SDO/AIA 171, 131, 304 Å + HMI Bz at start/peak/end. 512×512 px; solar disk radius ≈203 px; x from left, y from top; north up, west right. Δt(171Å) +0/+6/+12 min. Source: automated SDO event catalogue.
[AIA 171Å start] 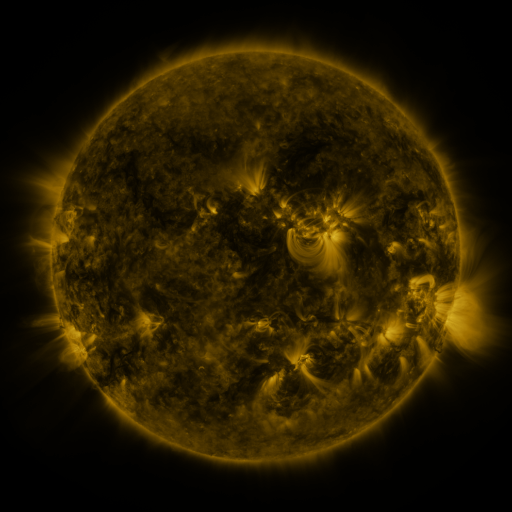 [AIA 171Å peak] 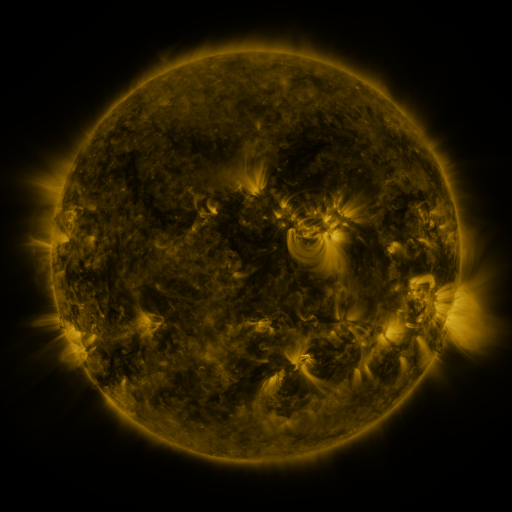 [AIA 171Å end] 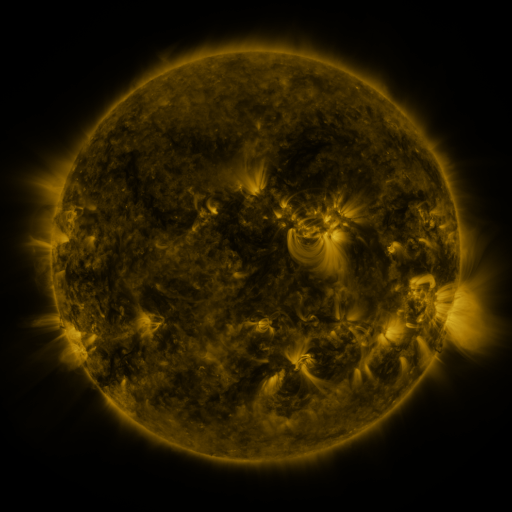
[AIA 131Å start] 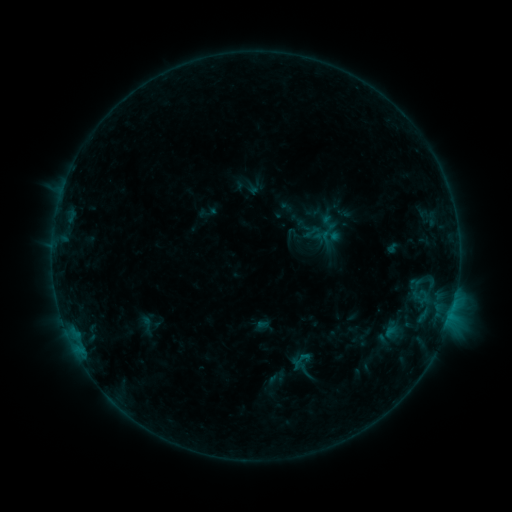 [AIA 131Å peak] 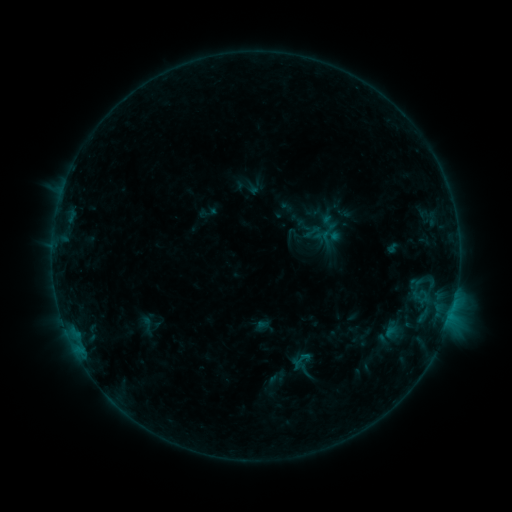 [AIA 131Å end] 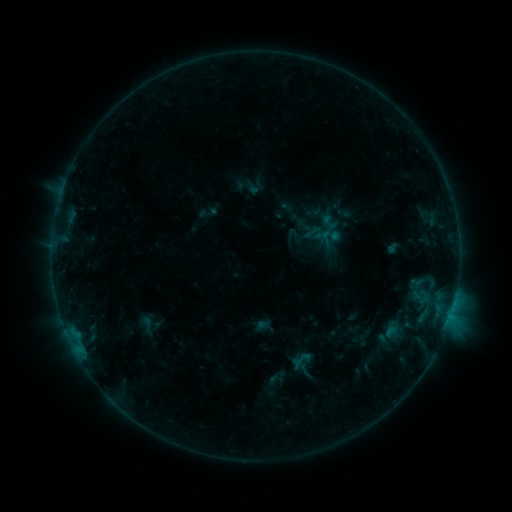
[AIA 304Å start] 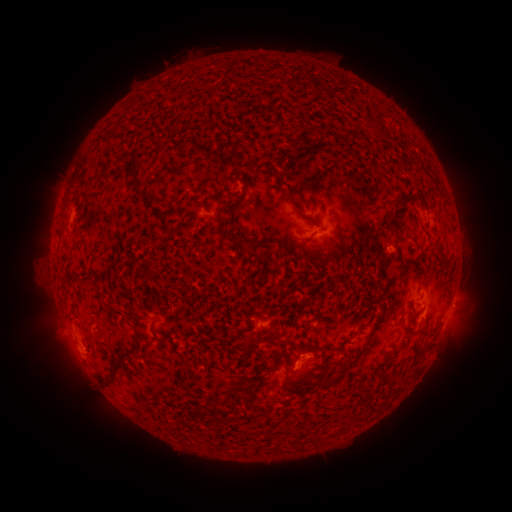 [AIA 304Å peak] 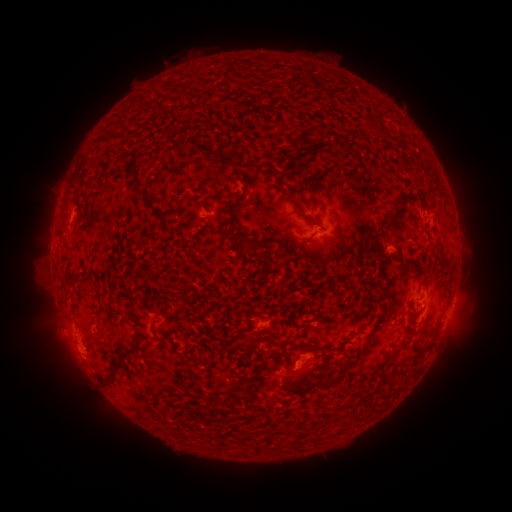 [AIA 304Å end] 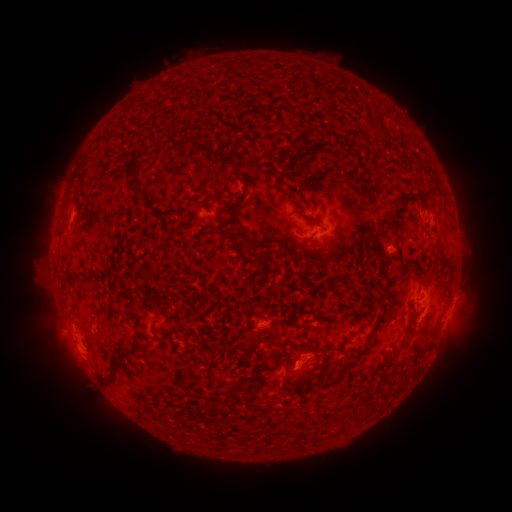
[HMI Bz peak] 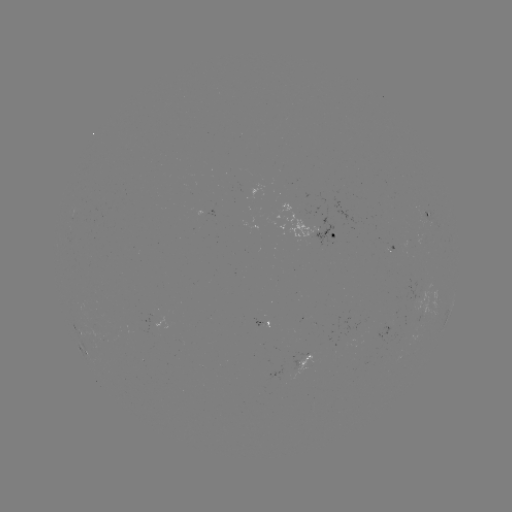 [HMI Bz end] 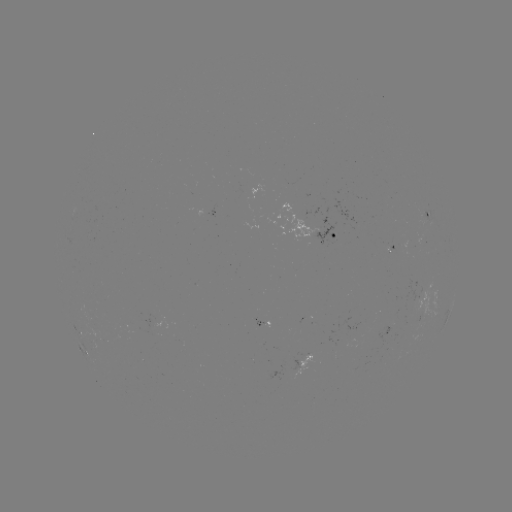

no flare in any classed list; no EUV-trigger detection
